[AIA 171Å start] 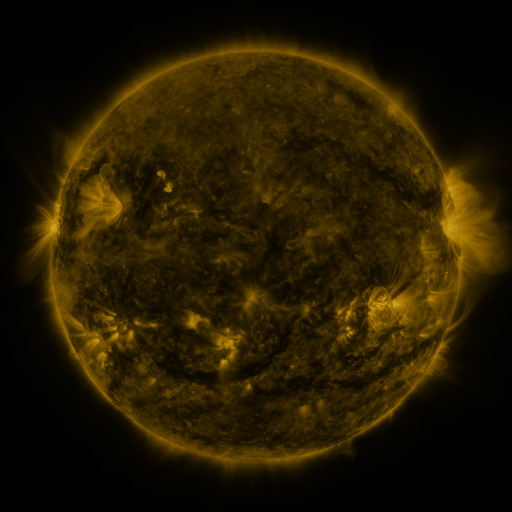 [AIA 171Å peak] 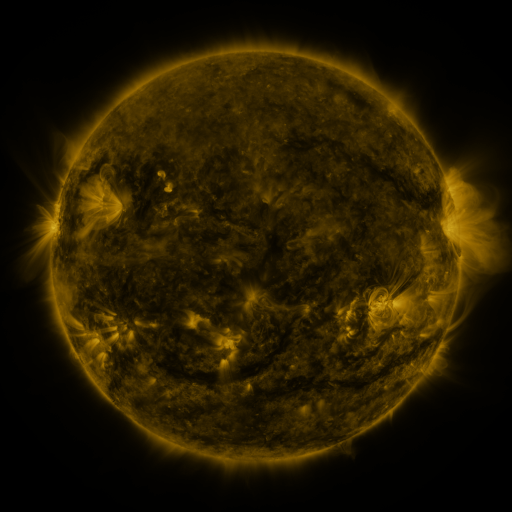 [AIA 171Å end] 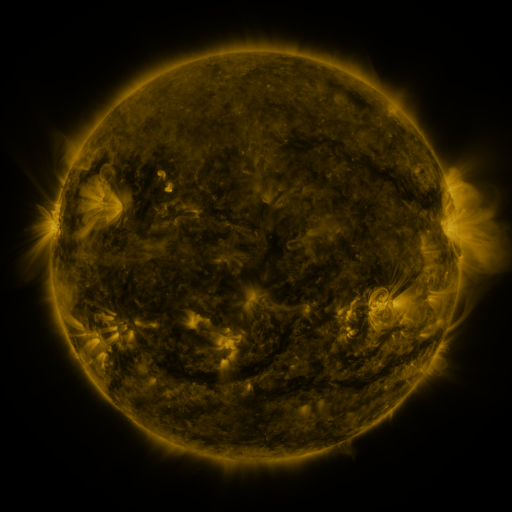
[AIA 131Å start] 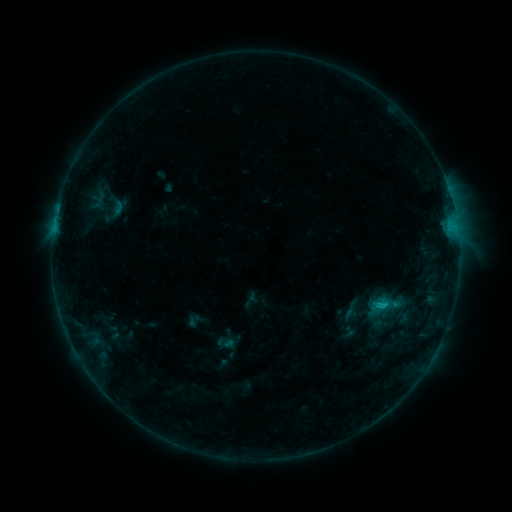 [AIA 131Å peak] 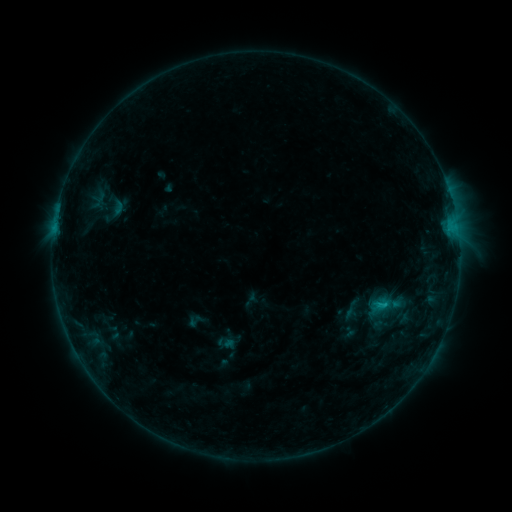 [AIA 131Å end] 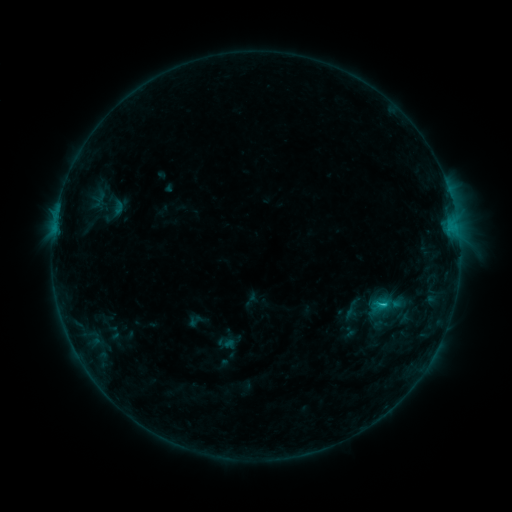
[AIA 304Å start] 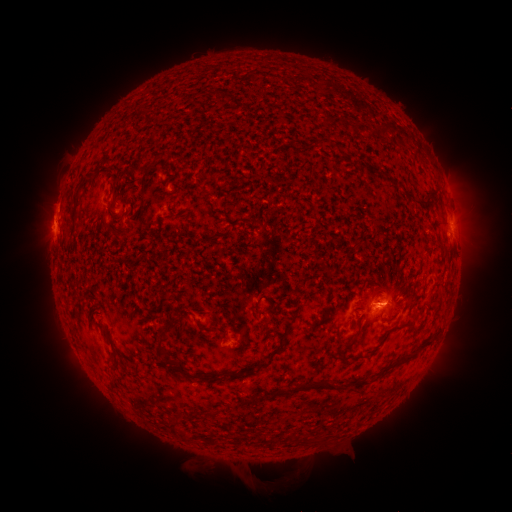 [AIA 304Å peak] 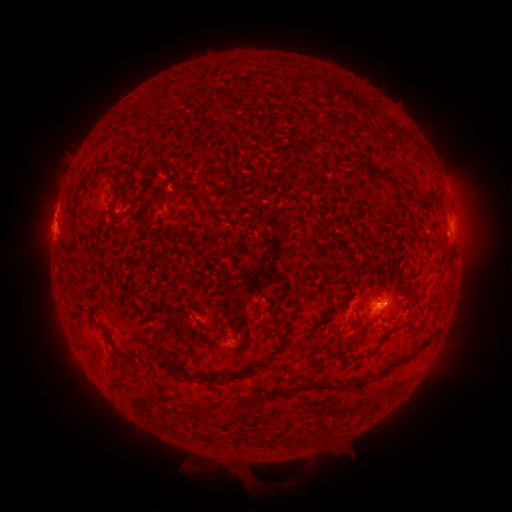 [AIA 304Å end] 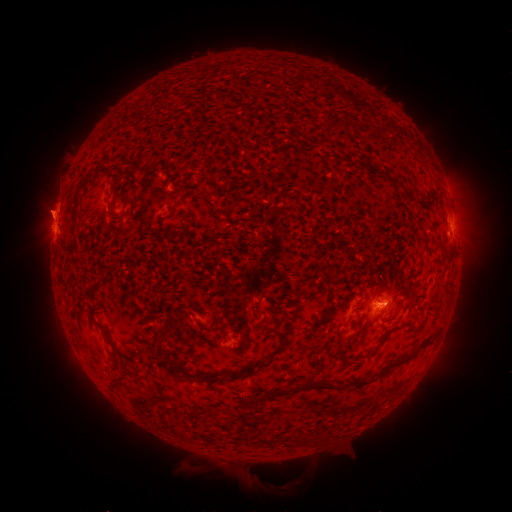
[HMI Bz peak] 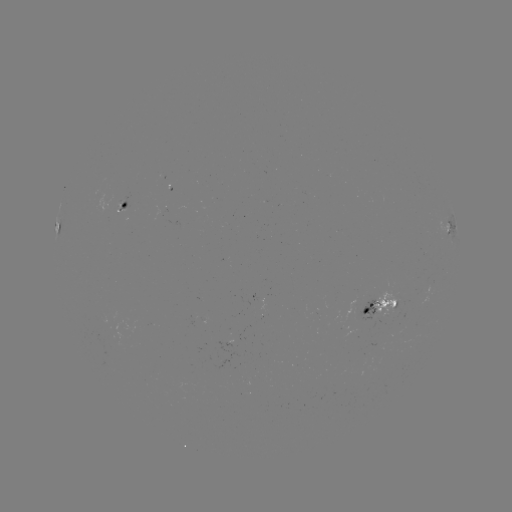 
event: eruption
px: (47, 209)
